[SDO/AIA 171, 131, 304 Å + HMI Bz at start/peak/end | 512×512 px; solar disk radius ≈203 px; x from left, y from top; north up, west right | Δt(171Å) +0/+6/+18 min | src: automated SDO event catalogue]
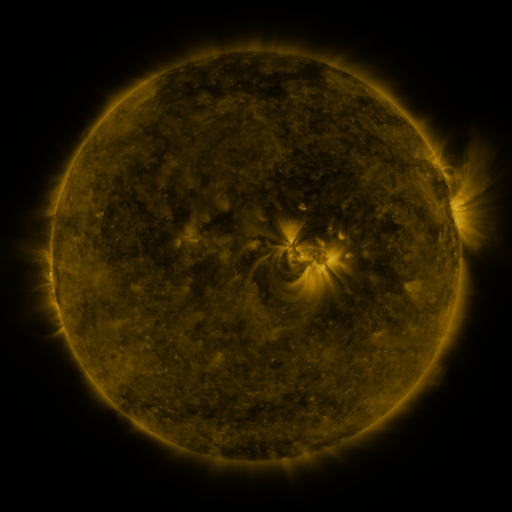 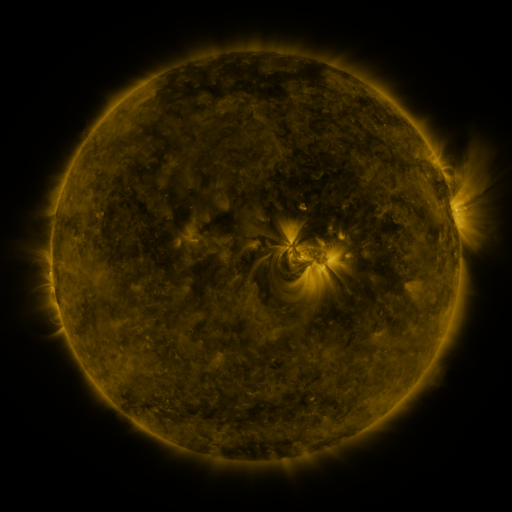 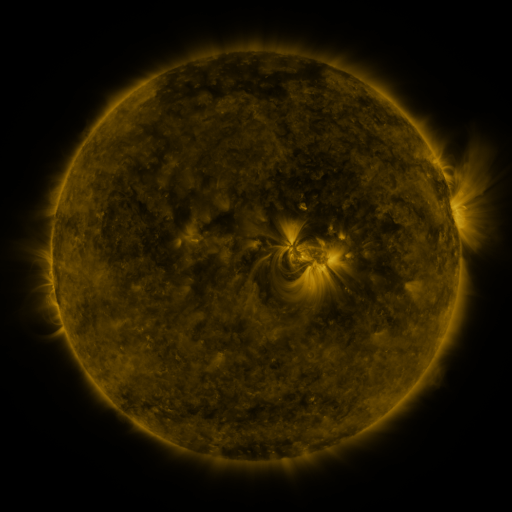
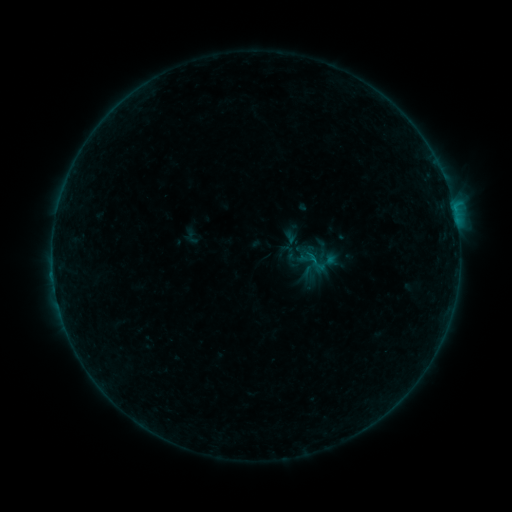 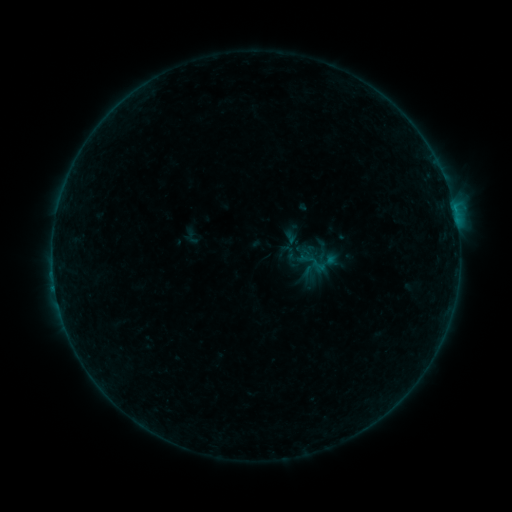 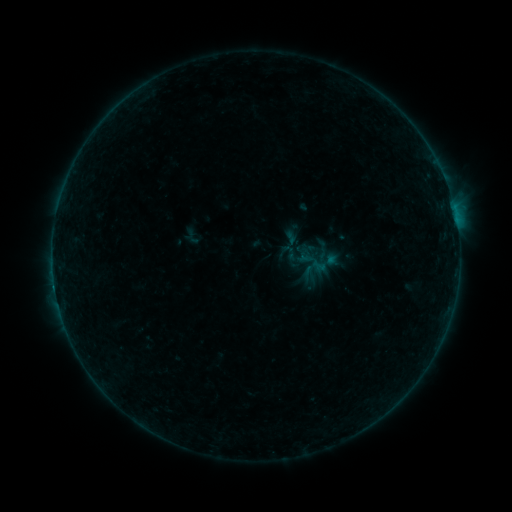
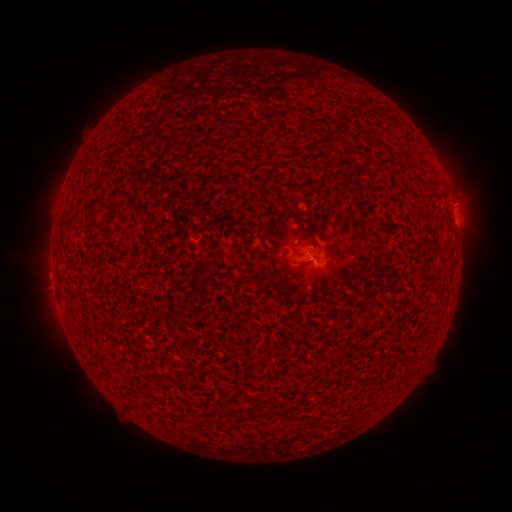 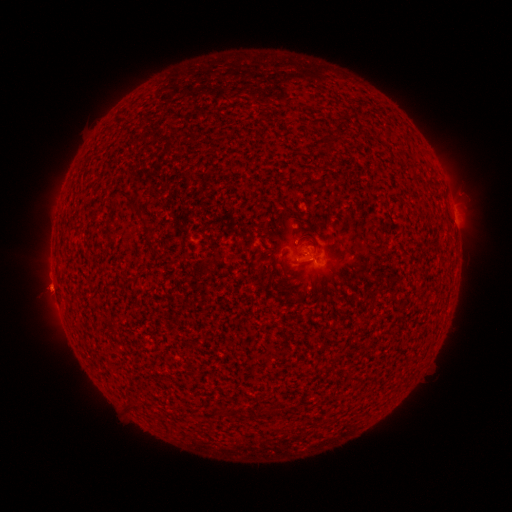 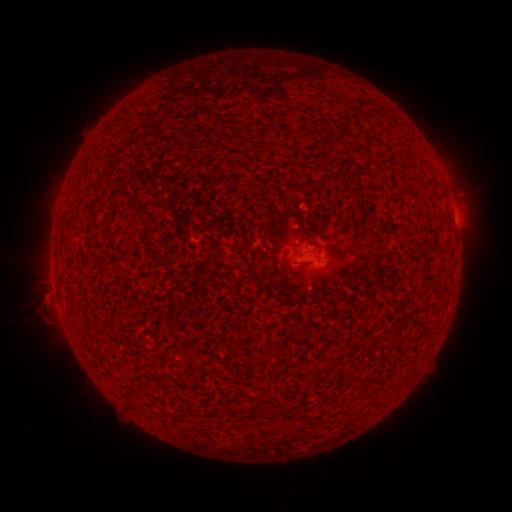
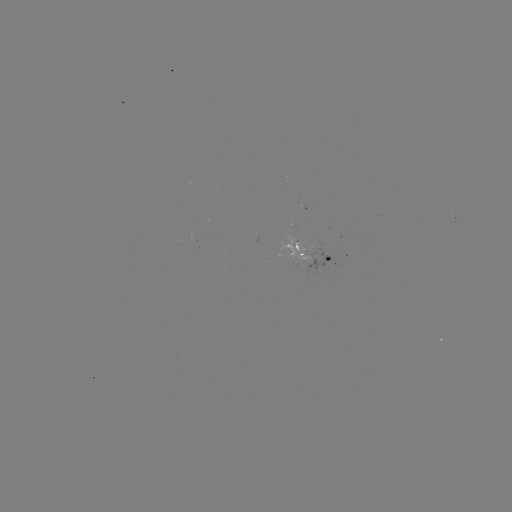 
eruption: [21, 241, 78, 328]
